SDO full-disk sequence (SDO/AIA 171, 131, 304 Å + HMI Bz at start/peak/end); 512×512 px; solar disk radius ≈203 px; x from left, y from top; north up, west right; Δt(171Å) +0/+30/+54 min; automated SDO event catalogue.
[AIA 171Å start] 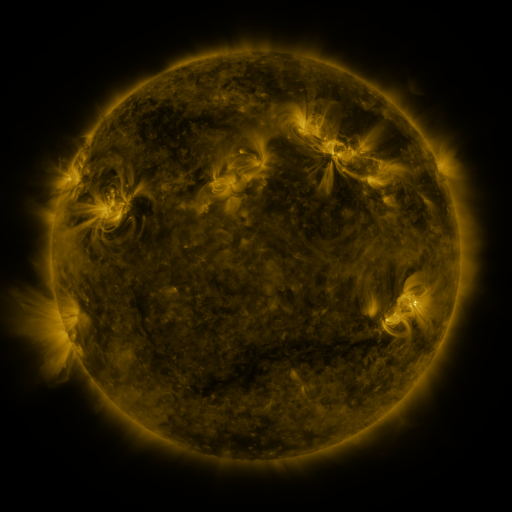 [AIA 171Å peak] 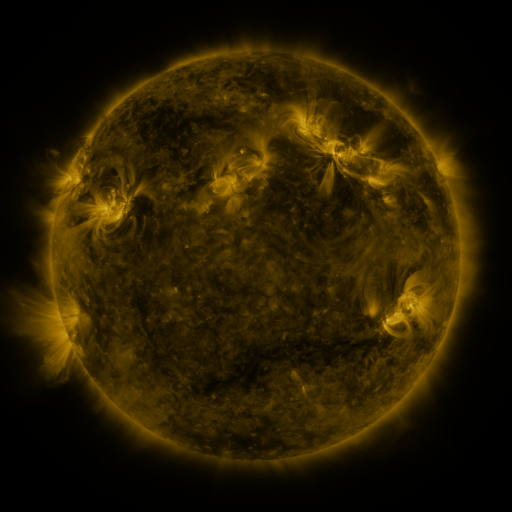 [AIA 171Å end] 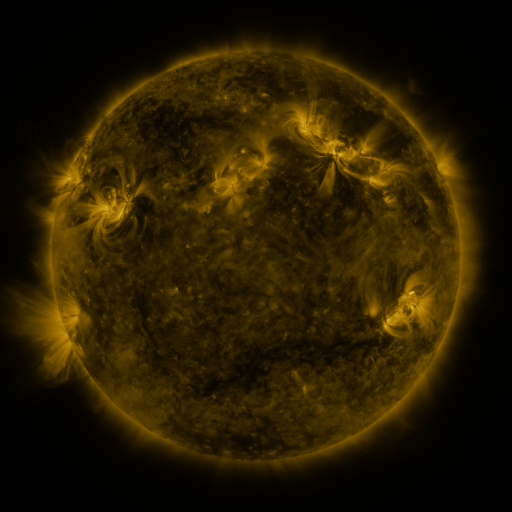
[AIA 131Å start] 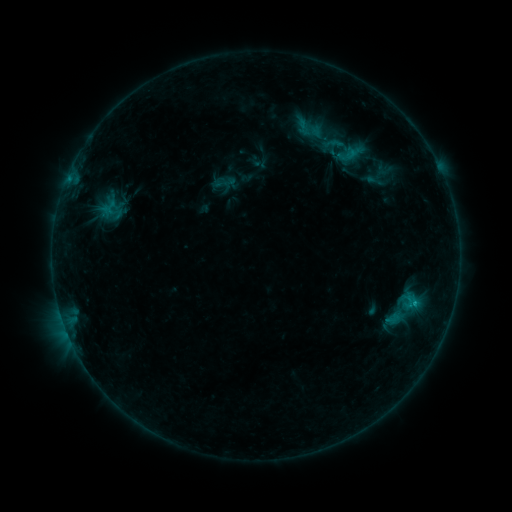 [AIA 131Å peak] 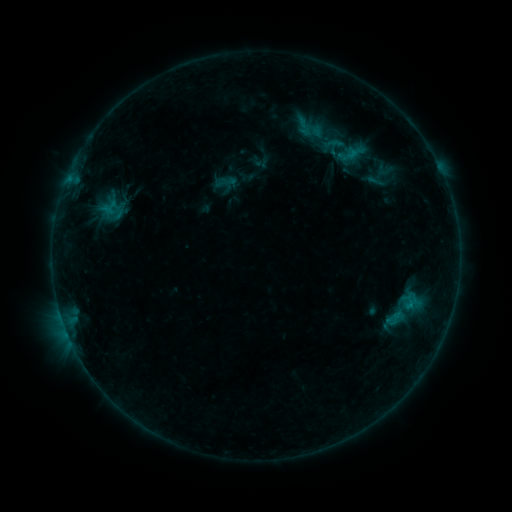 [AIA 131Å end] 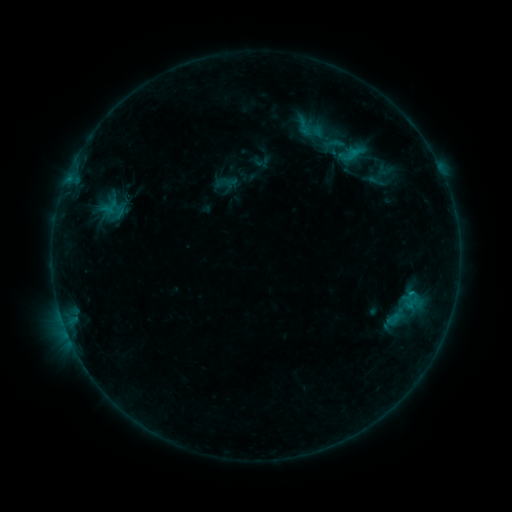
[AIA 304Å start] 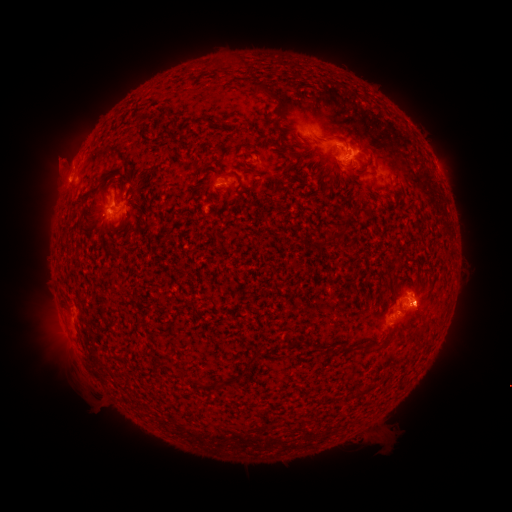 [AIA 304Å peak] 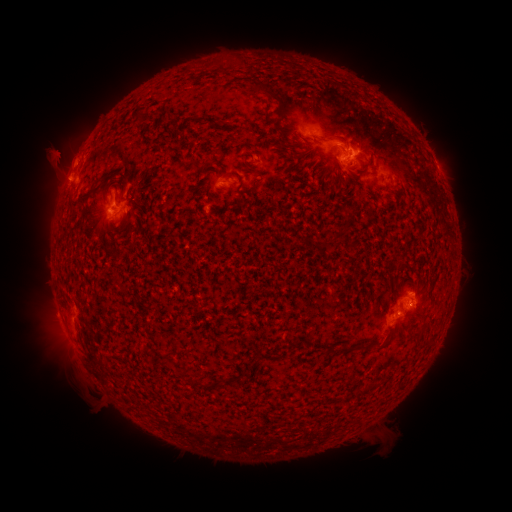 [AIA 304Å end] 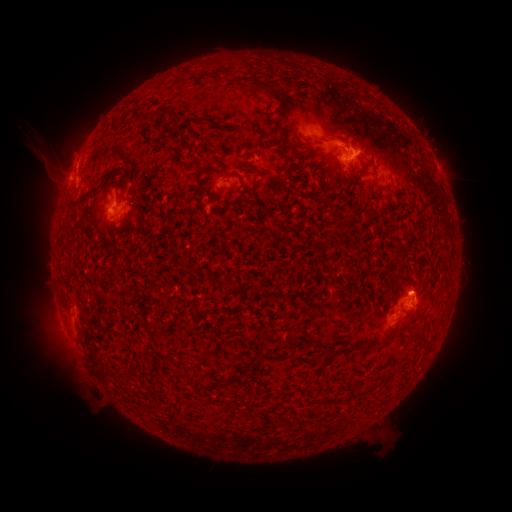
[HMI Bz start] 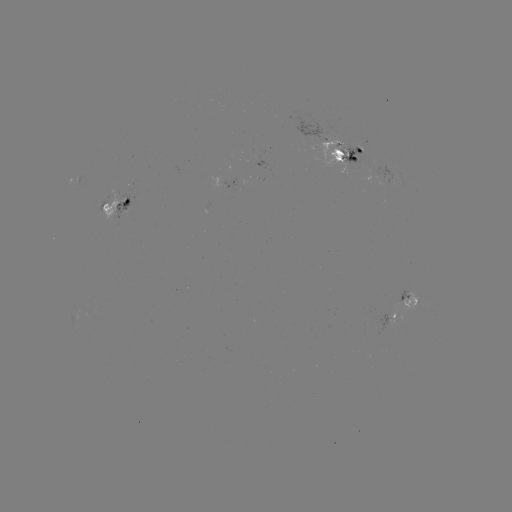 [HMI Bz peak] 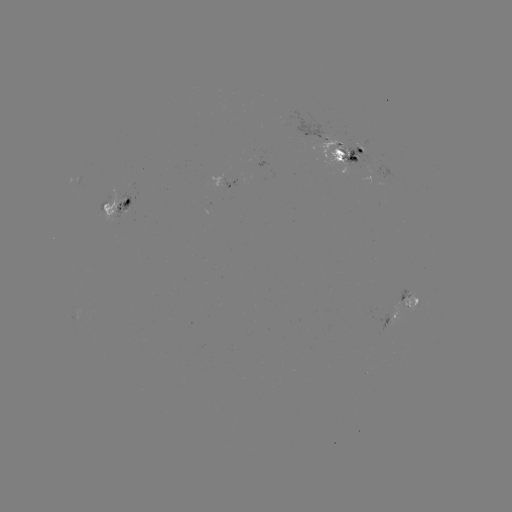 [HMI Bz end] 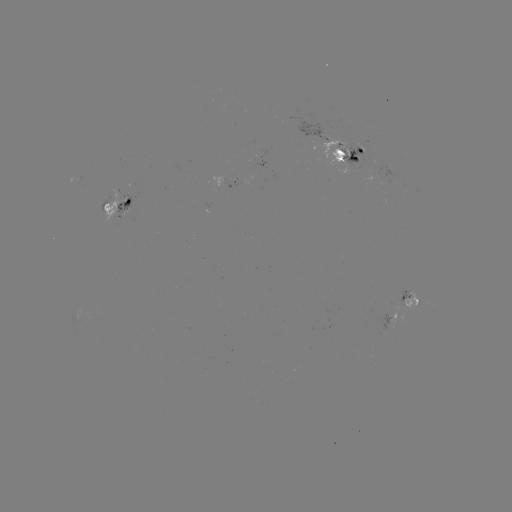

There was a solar eruption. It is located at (49, 156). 